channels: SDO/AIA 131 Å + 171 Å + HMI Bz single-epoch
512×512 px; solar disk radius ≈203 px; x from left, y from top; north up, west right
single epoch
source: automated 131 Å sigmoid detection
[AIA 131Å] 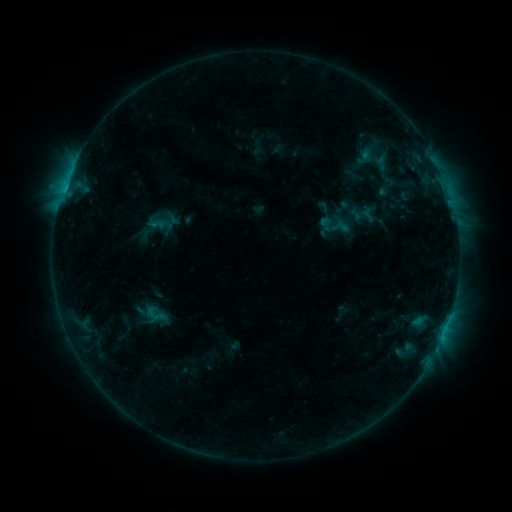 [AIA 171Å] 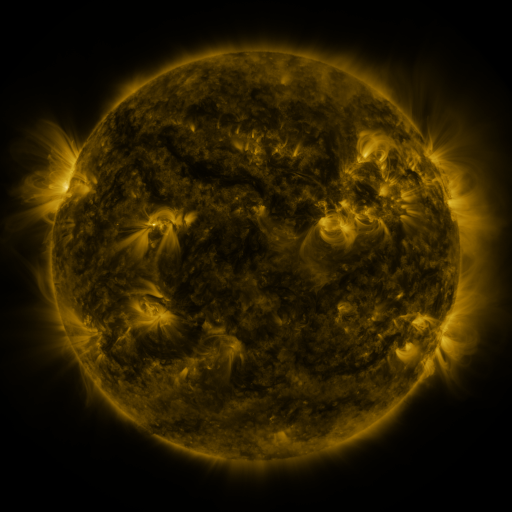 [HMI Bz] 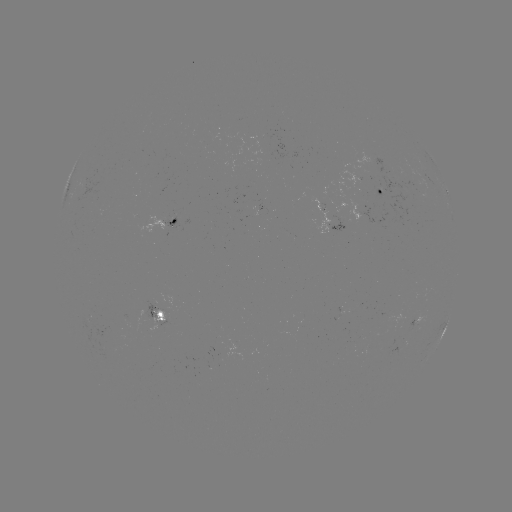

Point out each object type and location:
sigmoid: (334, 226)
